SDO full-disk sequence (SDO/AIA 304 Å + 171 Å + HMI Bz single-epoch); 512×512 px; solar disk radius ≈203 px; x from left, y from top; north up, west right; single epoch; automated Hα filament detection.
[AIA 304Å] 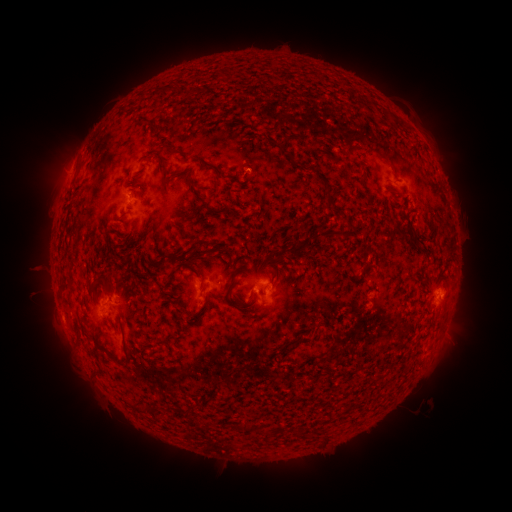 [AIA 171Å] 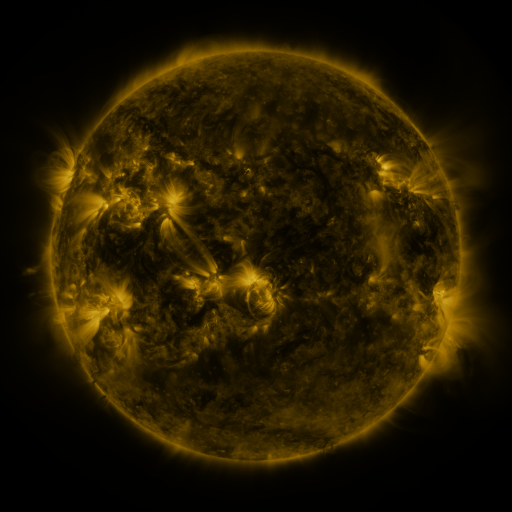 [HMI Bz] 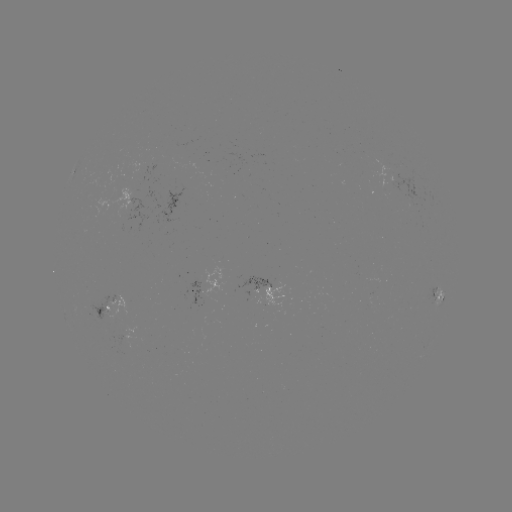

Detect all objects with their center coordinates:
filament: (173, 88)
filament: (303, 139)
filament: (370, 150)
filament: (294, 158)
filament: (165, 163)
filament: (209, 165)
filament: (196, 192)
filament: (331, 199)
filament: (327, 234)
filament: (199, 253)
filament: (274, 259)
filament: (231, 284)
filament: (109, 285)
filament: (117, 360)
